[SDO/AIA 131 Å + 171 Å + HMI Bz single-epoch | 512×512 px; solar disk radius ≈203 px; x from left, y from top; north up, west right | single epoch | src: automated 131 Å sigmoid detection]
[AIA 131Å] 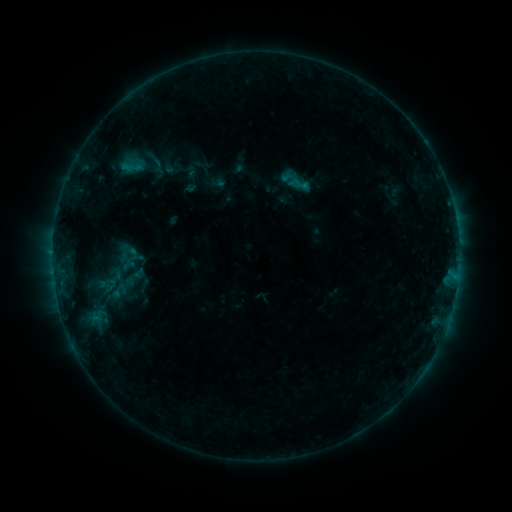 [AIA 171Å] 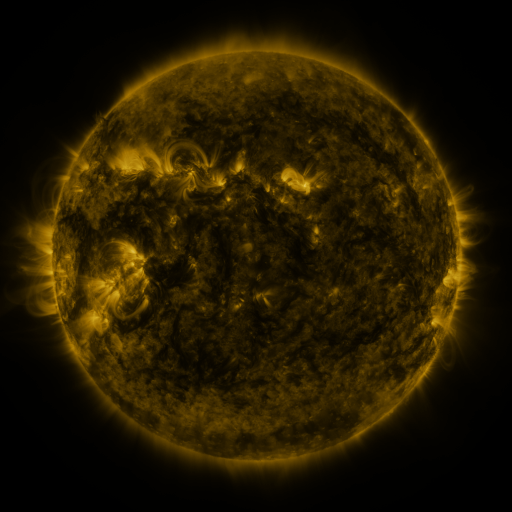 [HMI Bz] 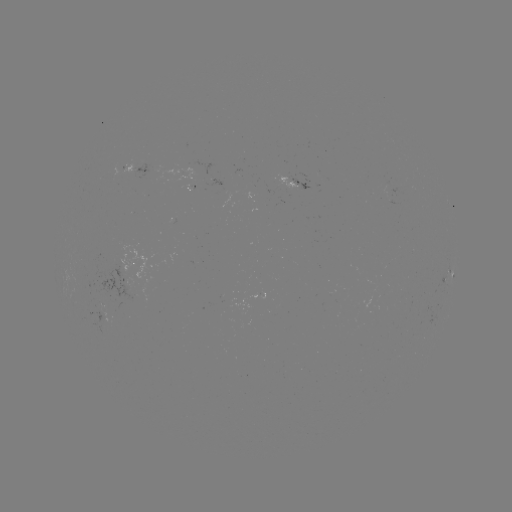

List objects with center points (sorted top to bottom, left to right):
sigmoid: (158, 165)
